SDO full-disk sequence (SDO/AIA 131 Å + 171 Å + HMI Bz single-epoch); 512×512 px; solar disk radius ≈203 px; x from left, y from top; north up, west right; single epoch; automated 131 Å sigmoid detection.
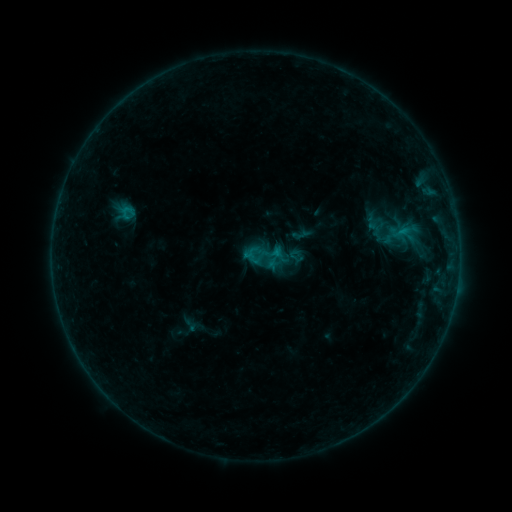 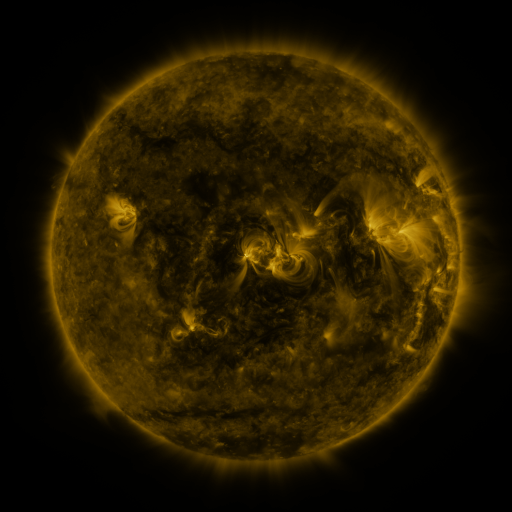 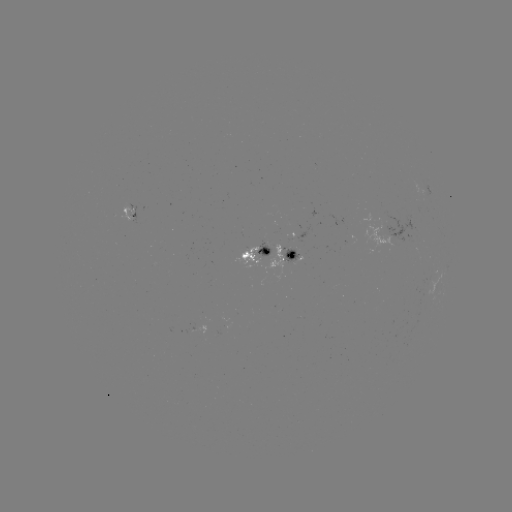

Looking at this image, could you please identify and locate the sigmoid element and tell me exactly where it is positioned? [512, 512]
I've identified sigmoid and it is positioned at [267, 256].